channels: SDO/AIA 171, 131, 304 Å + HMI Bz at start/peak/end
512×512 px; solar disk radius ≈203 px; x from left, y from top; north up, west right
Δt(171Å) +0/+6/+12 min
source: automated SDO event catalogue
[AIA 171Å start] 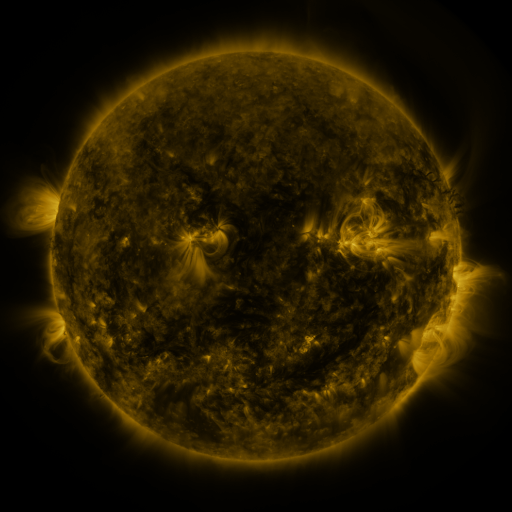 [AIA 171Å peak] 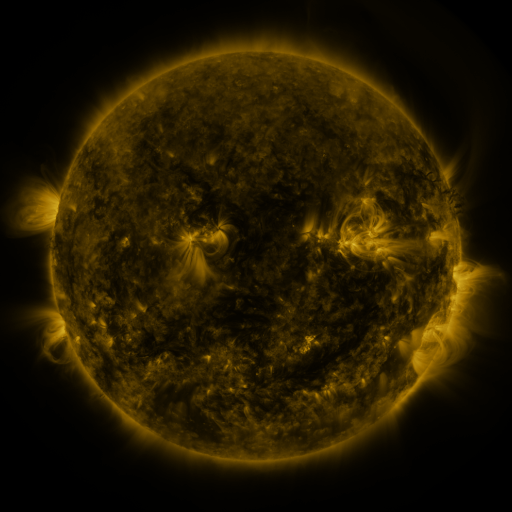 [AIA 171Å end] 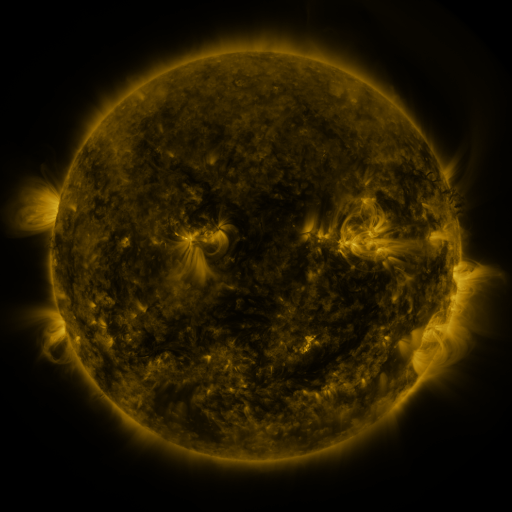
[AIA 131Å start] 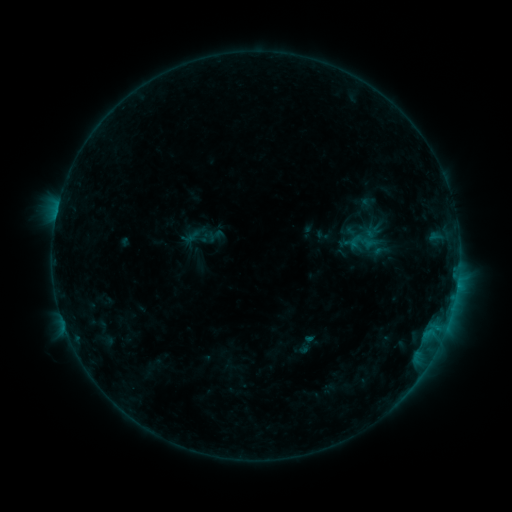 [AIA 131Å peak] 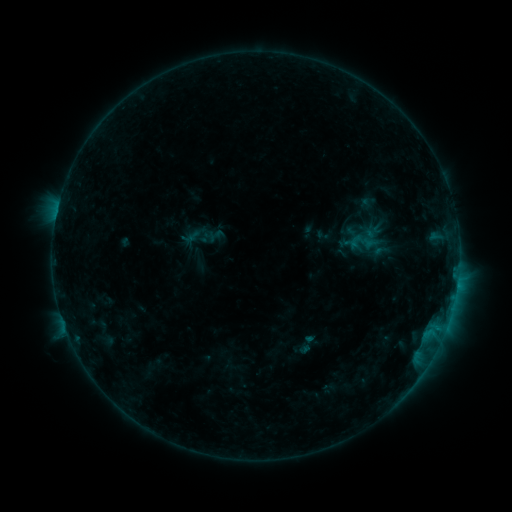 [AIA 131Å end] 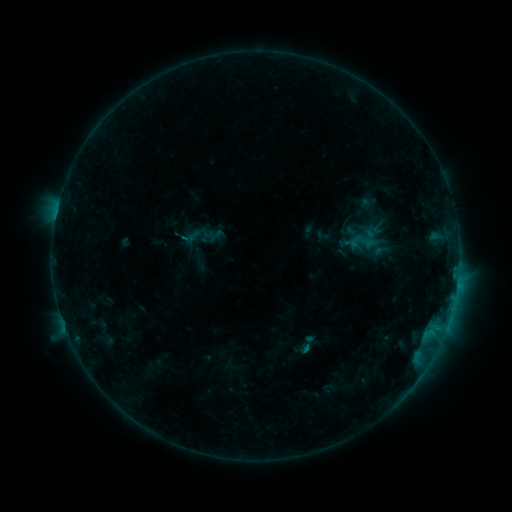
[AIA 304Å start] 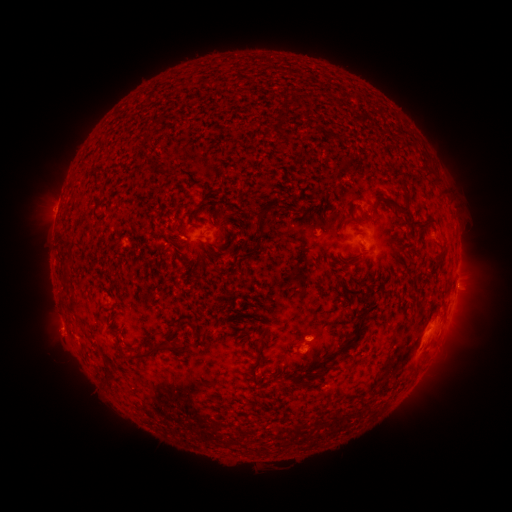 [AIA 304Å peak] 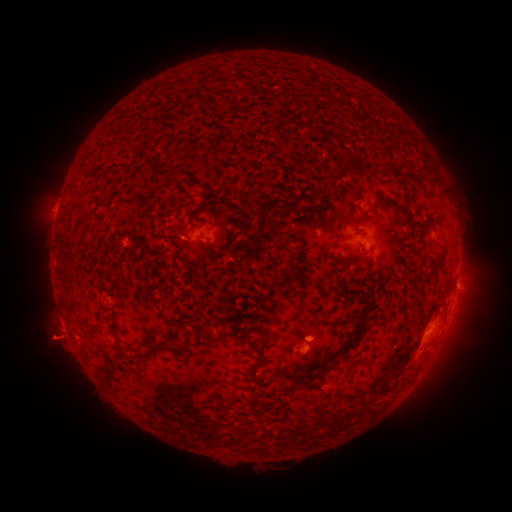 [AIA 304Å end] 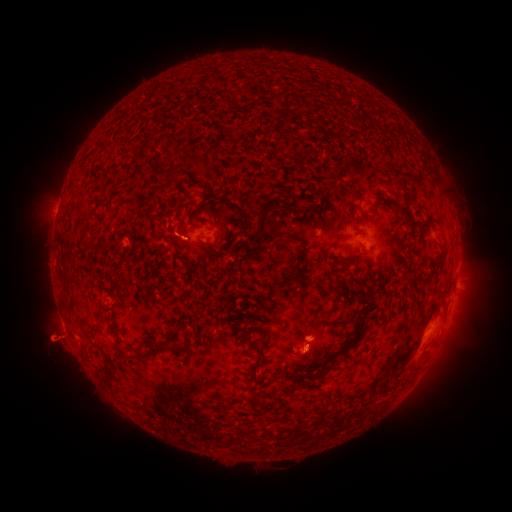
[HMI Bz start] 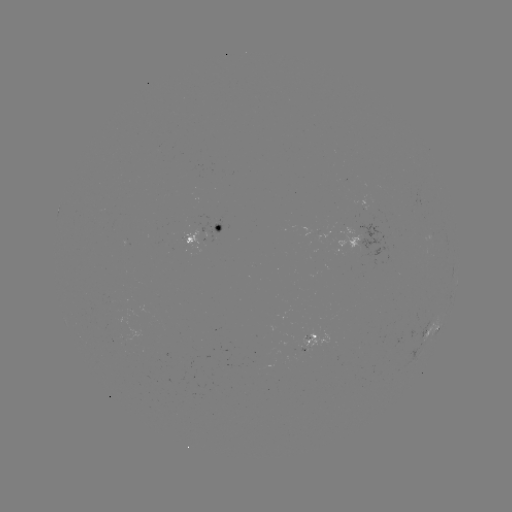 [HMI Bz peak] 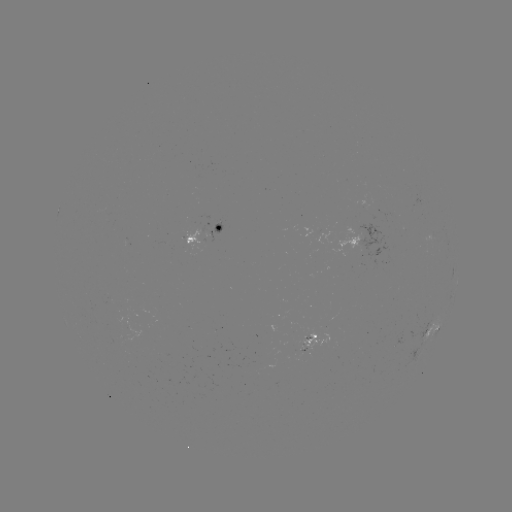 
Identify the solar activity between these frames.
eruption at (55, 340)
